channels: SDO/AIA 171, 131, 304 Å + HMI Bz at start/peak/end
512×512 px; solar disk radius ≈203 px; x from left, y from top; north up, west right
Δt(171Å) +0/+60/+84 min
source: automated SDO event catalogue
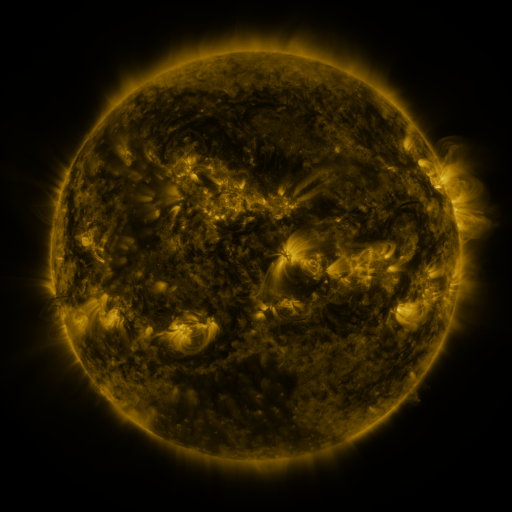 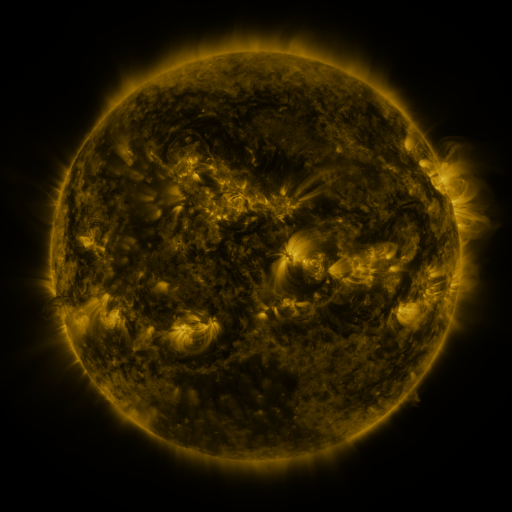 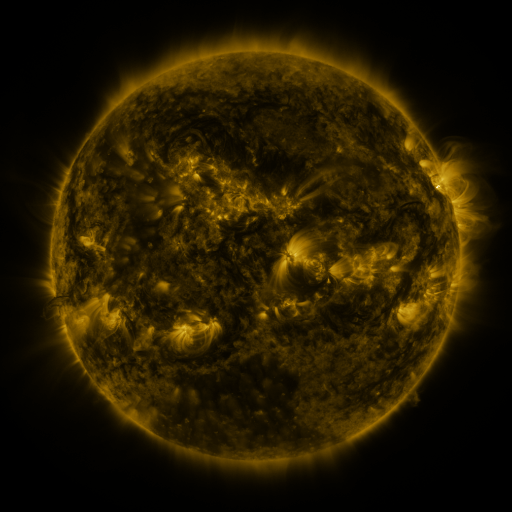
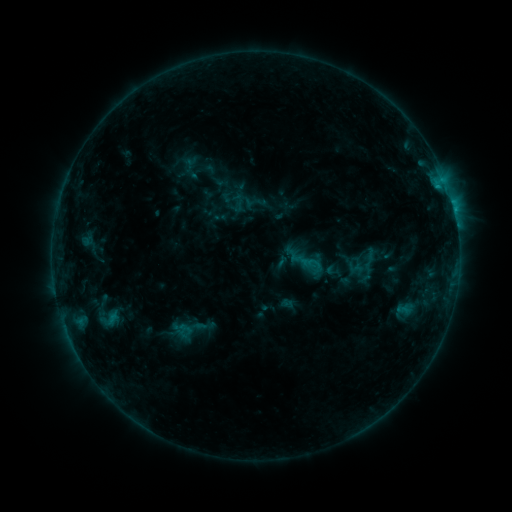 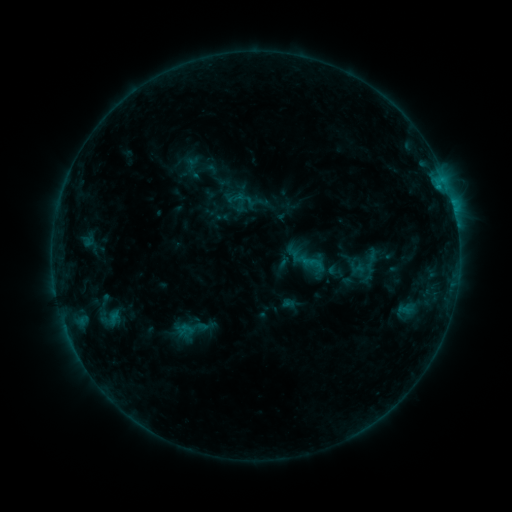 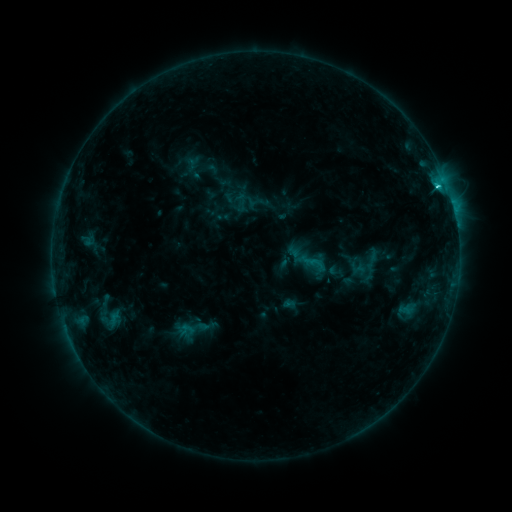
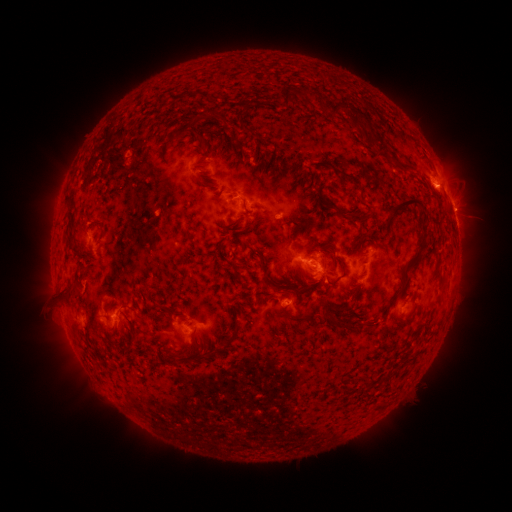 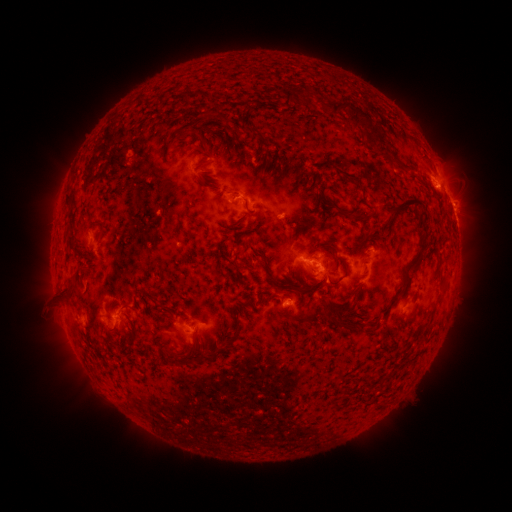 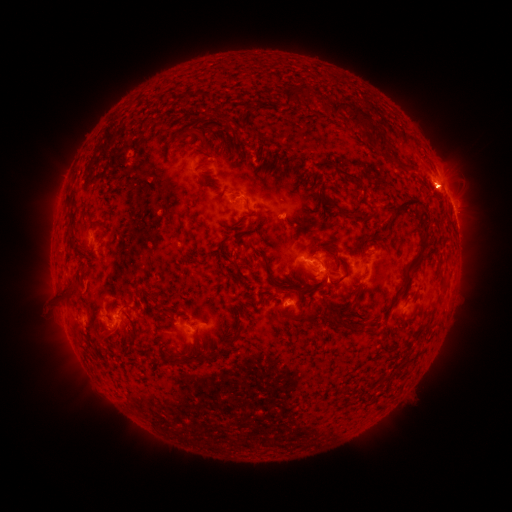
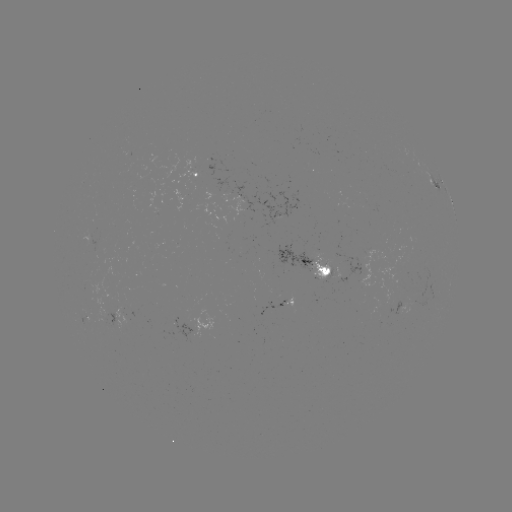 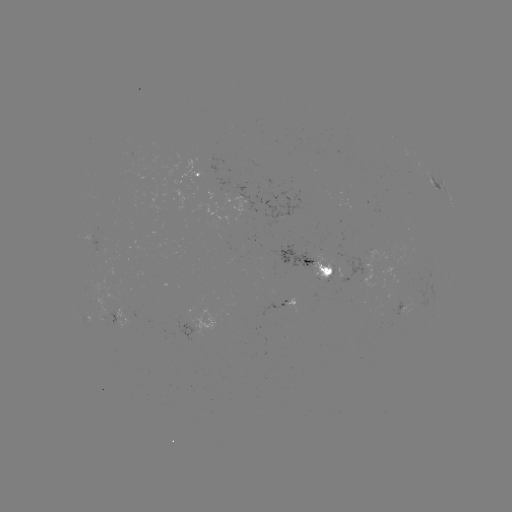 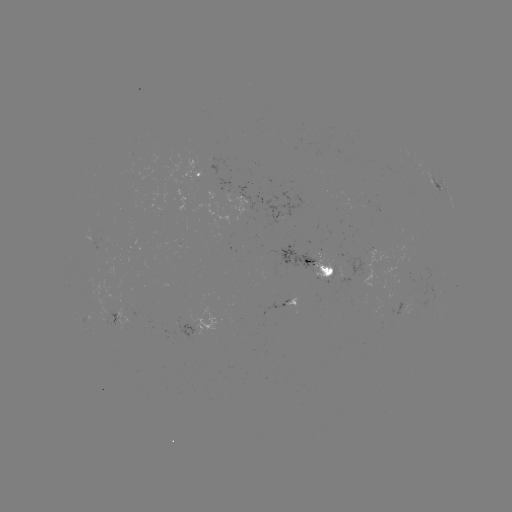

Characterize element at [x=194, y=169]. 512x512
emerging-flux region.